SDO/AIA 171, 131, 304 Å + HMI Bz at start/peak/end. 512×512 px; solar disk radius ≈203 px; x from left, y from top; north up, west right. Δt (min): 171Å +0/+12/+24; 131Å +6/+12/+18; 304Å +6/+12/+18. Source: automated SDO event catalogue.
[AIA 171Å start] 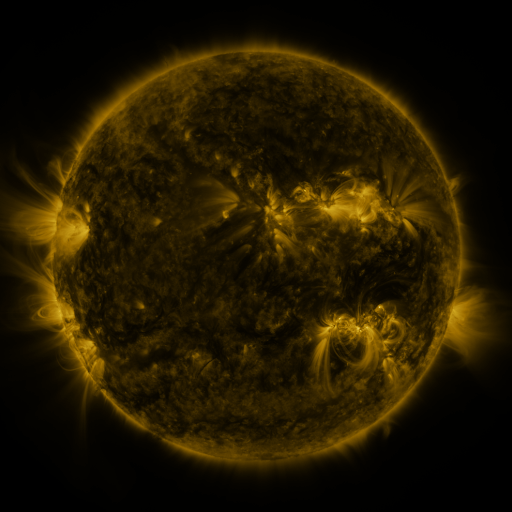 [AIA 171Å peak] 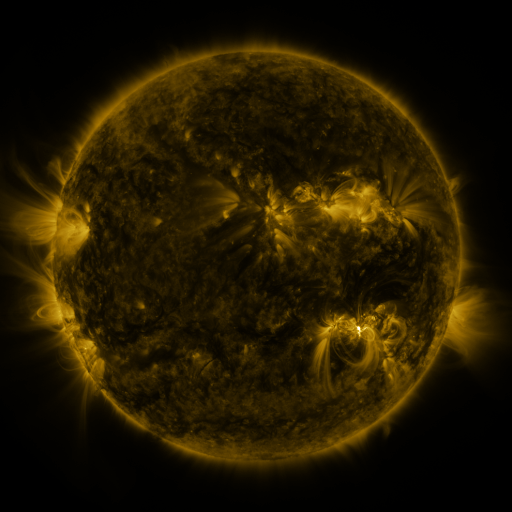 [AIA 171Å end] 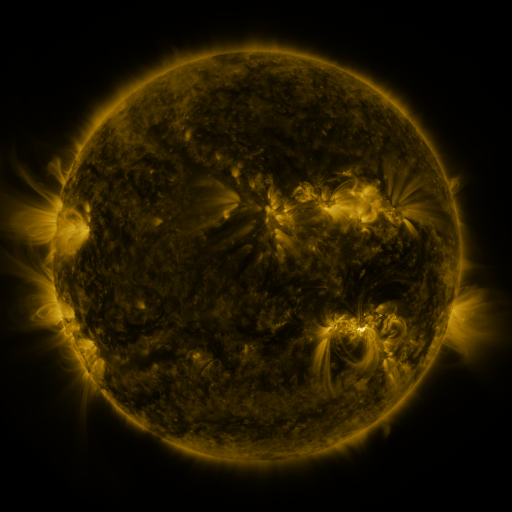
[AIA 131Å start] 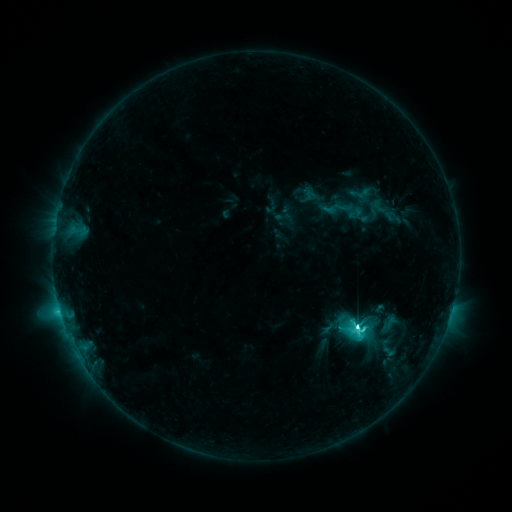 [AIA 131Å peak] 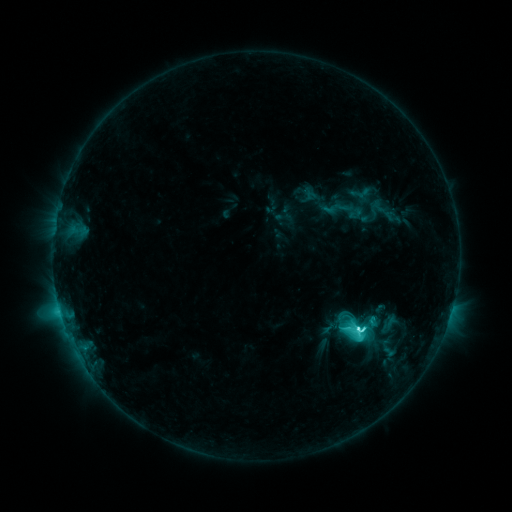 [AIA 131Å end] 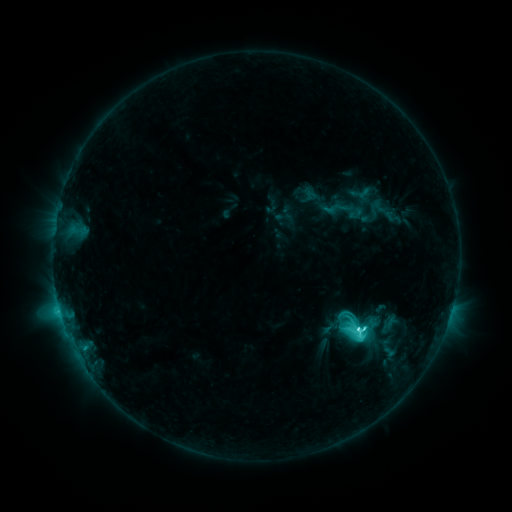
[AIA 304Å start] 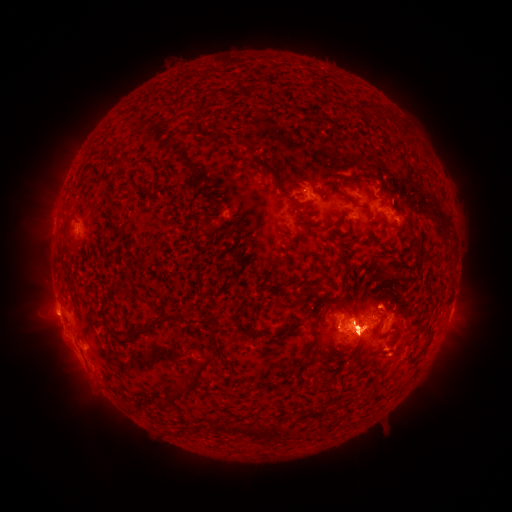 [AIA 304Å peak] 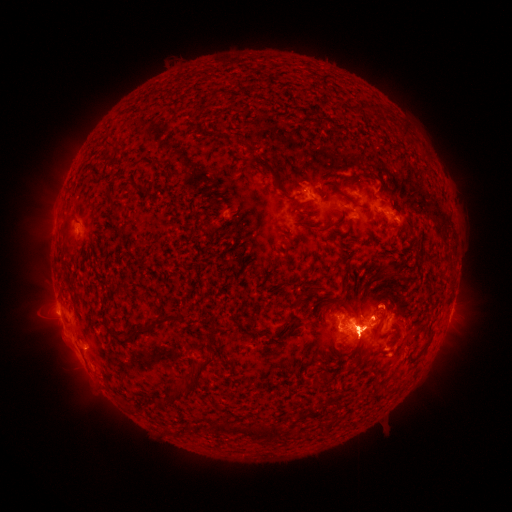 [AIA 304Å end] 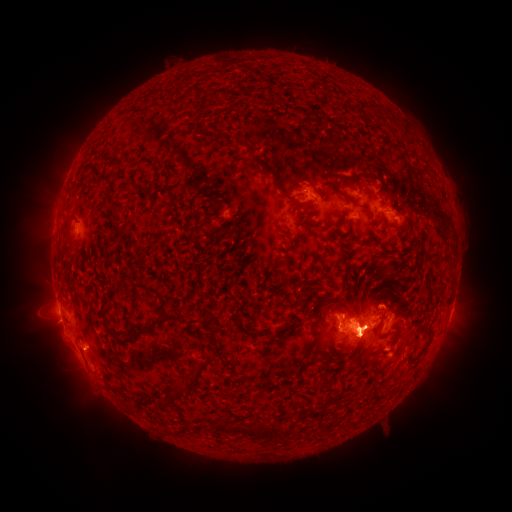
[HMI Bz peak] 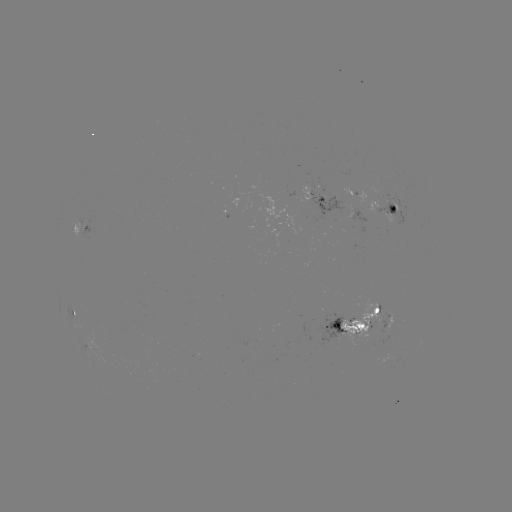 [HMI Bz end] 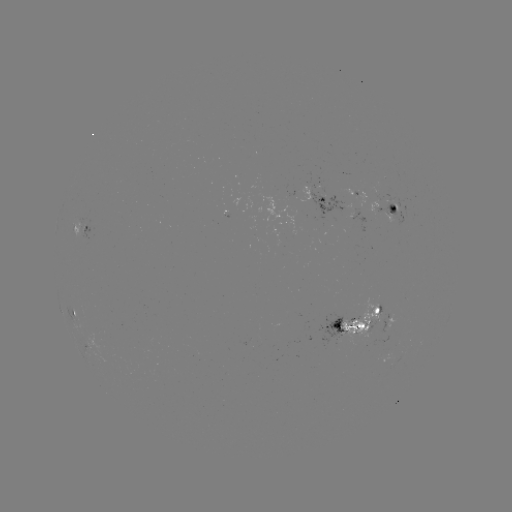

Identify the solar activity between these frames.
eruption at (50, 224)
